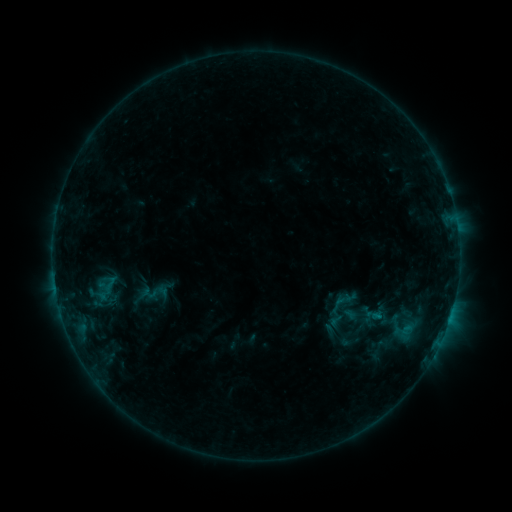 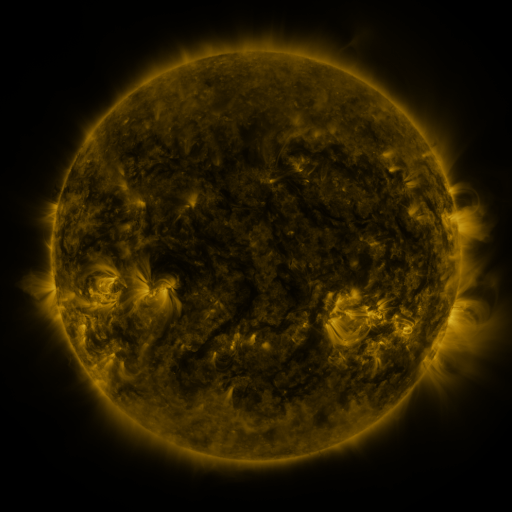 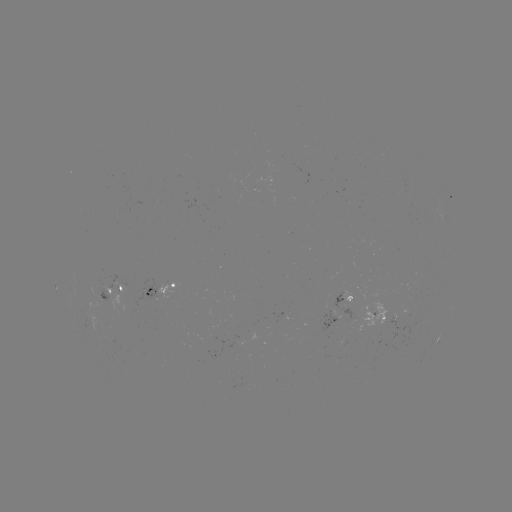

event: sigmoid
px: (349, 341)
